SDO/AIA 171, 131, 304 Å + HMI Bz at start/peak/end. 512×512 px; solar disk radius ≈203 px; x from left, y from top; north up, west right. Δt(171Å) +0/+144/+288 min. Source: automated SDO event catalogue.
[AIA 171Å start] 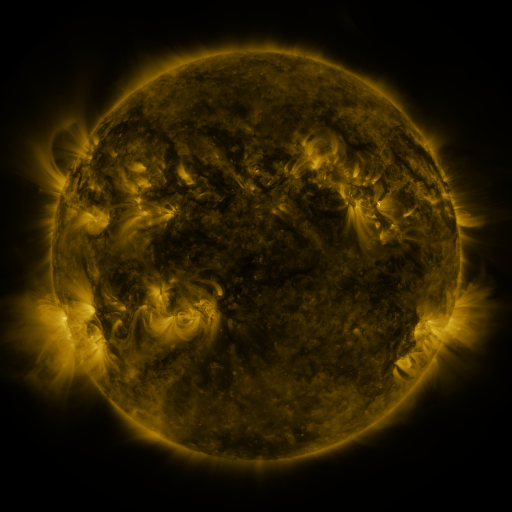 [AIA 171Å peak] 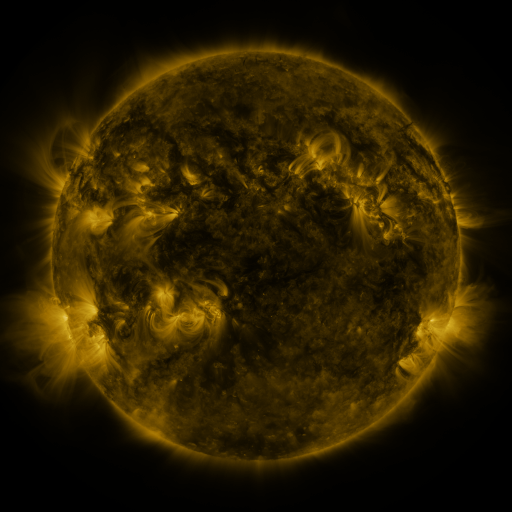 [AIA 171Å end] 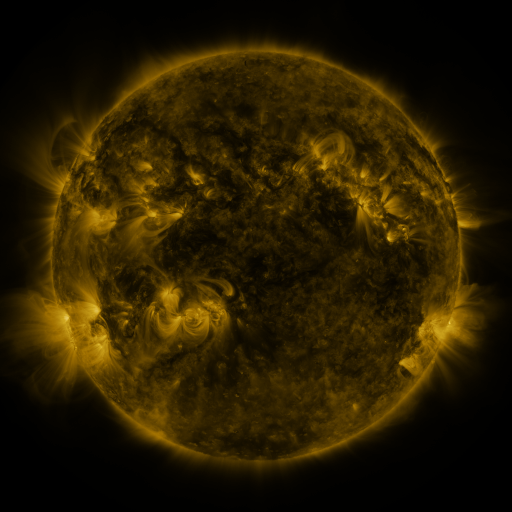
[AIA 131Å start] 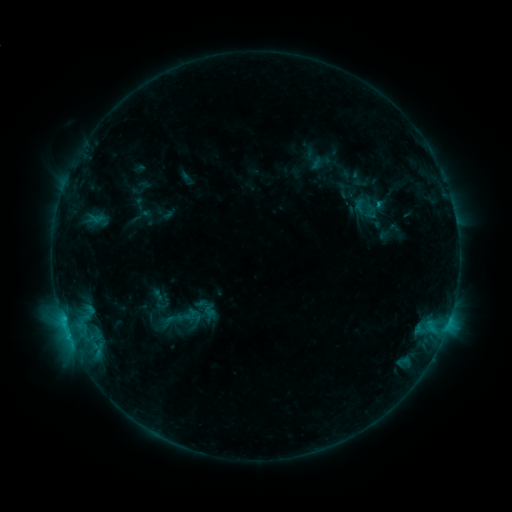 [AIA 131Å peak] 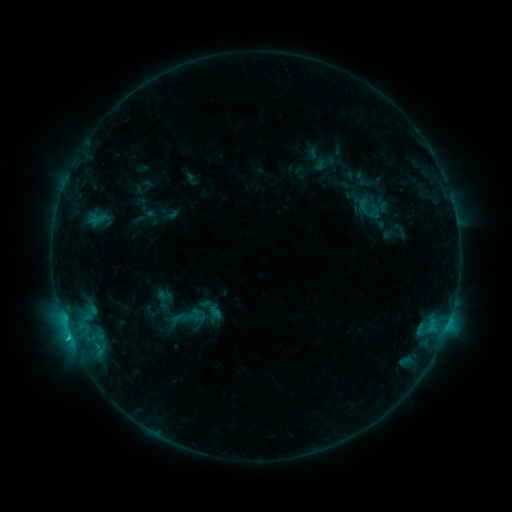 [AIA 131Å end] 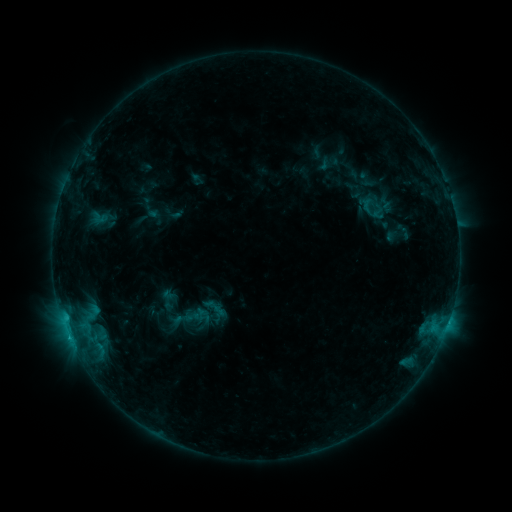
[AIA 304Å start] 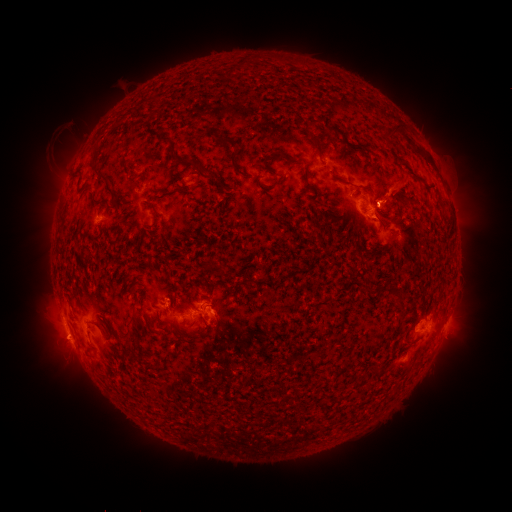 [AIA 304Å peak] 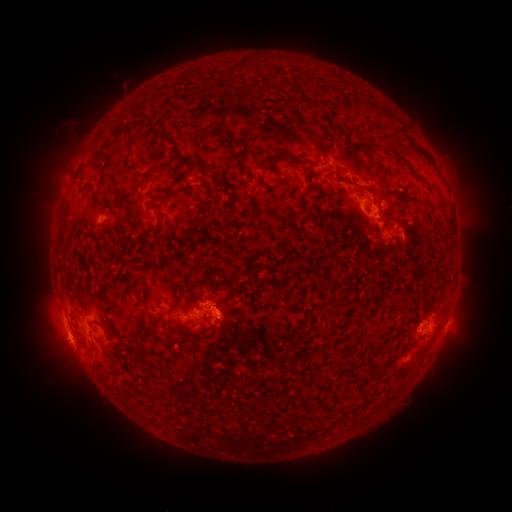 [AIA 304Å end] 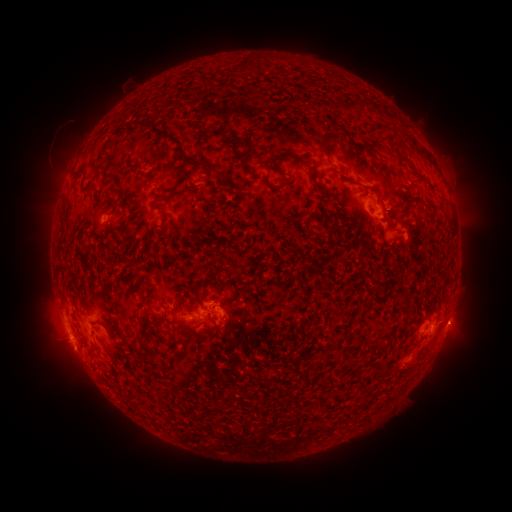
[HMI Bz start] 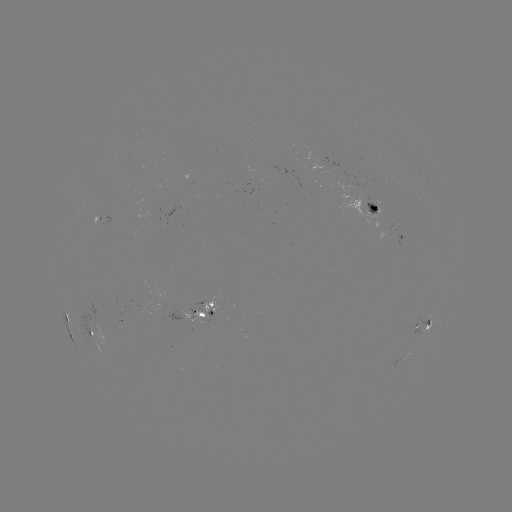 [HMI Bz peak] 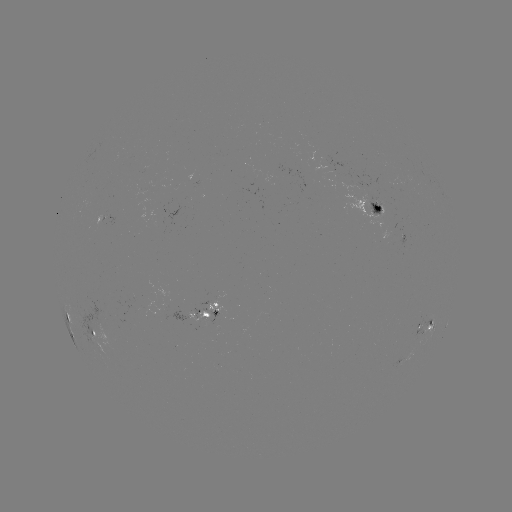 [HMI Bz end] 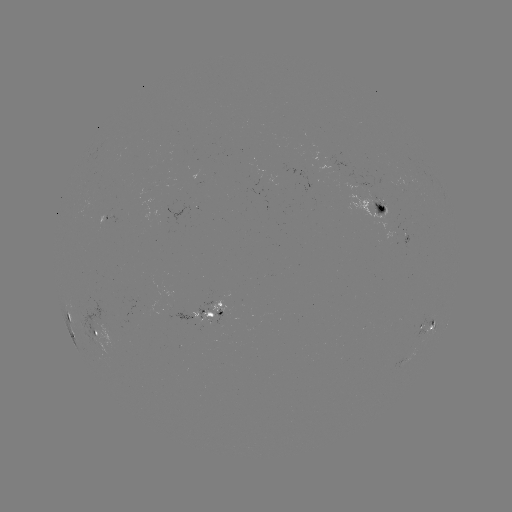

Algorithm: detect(filament eruption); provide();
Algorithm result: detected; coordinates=406,127